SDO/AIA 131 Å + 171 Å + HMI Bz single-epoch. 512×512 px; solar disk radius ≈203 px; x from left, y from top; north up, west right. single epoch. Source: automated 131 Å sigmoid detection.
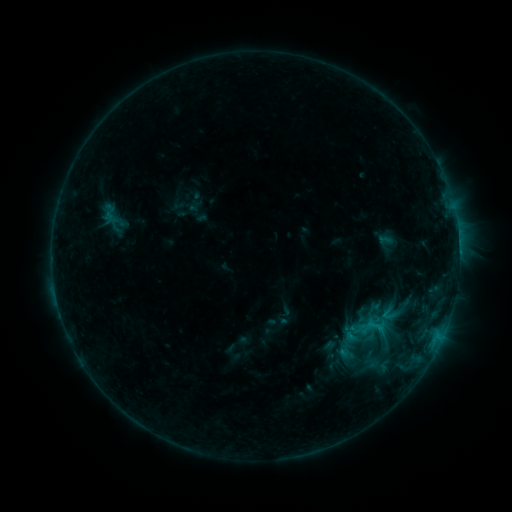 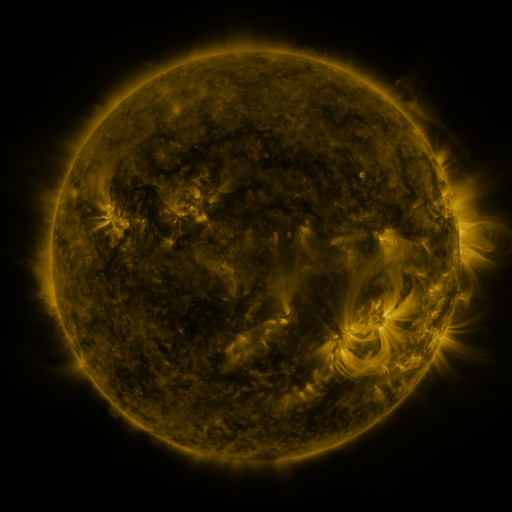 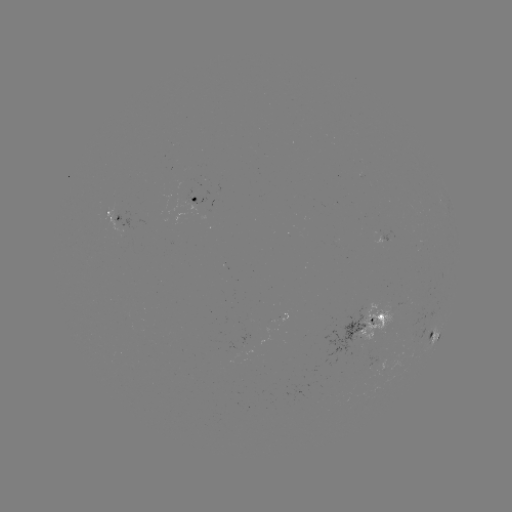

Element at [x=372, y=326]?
sigmoid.